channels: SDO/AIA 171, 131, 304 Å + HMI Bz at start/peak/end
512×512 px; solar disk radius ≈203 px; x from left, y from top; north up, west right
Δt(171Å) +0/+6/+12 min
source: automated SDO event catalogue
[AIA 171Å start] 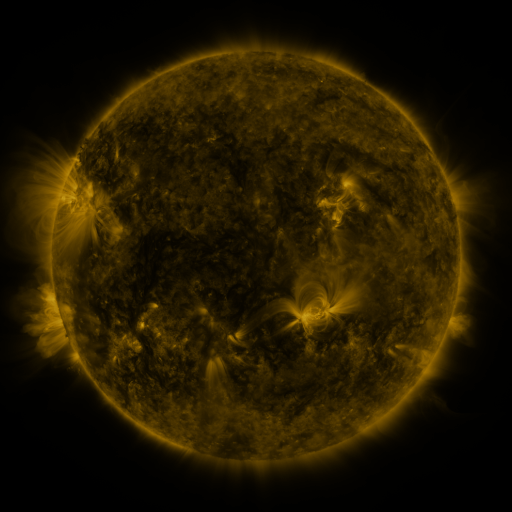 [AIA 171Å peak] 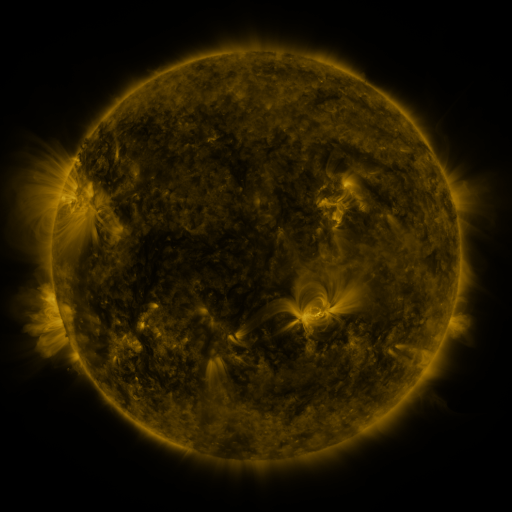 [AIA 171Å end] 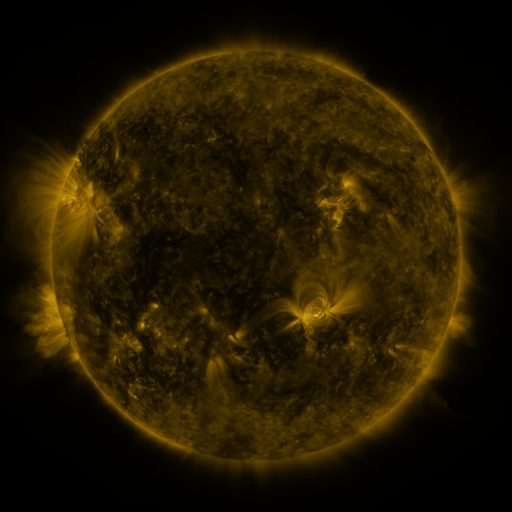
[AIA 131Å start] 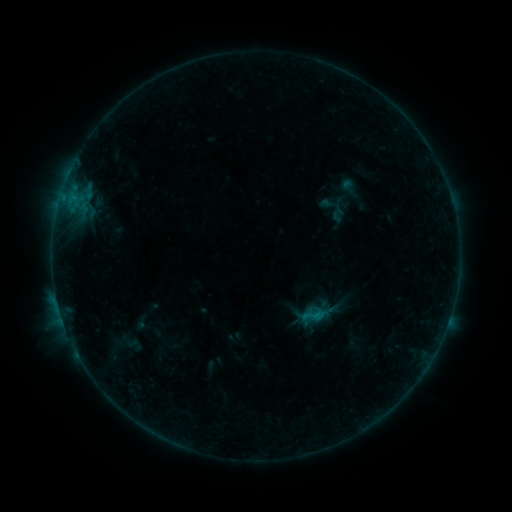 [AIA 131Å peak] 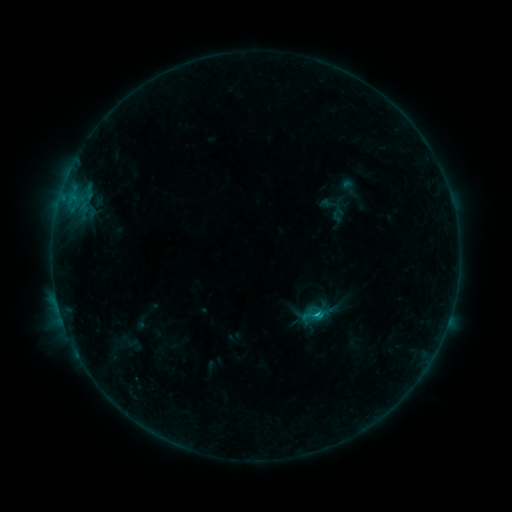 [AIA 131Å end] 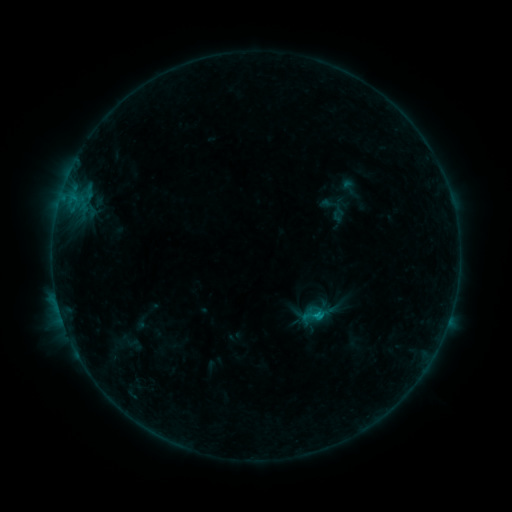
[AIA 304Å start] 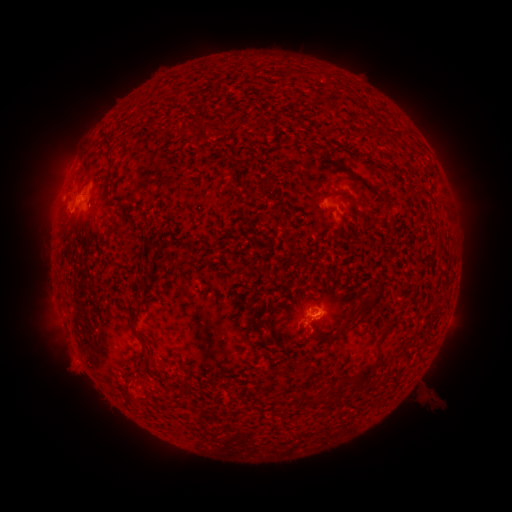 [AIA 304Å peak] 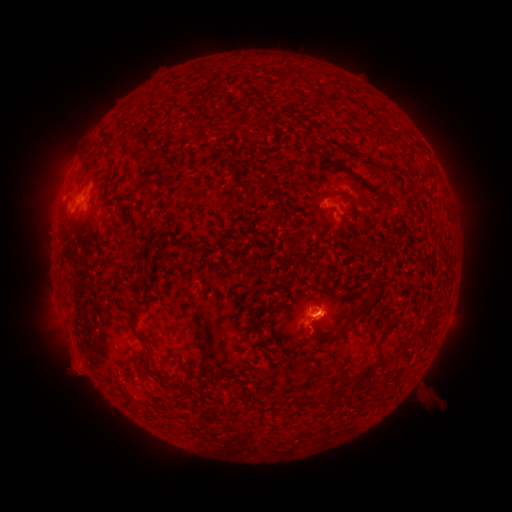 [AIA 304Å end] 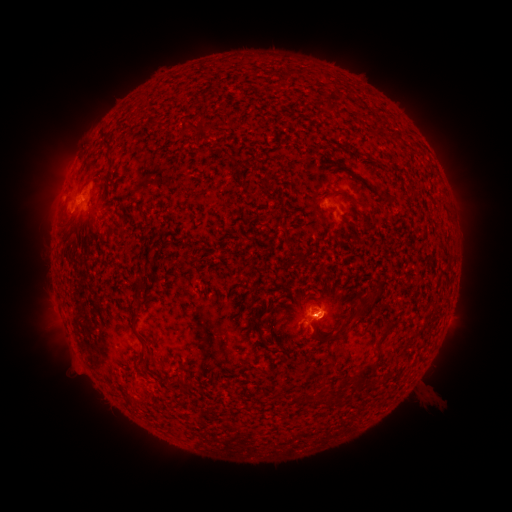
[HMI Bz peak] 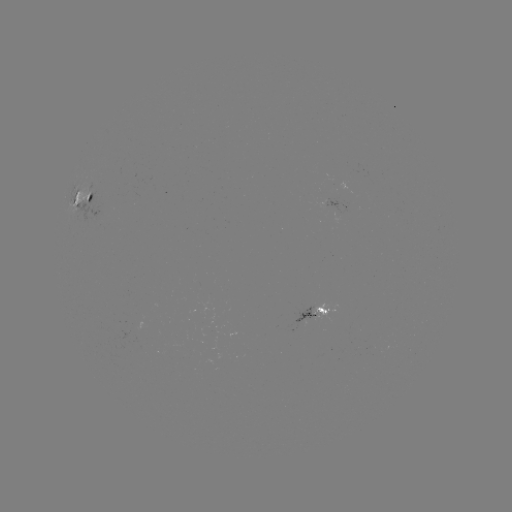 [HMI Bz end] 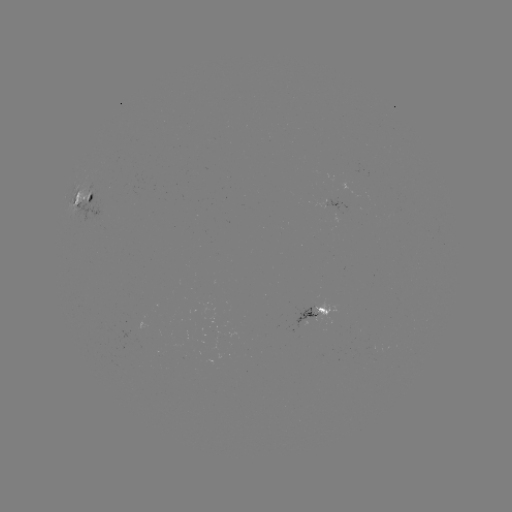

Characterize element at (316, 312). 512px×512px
B6.3 flare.